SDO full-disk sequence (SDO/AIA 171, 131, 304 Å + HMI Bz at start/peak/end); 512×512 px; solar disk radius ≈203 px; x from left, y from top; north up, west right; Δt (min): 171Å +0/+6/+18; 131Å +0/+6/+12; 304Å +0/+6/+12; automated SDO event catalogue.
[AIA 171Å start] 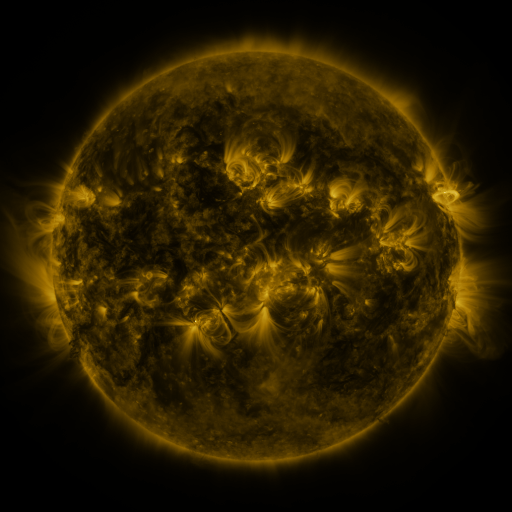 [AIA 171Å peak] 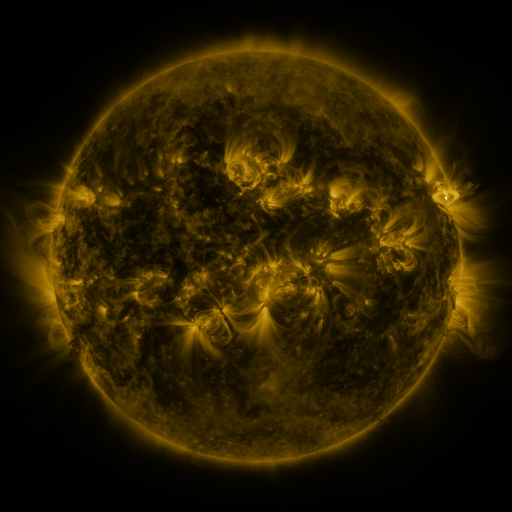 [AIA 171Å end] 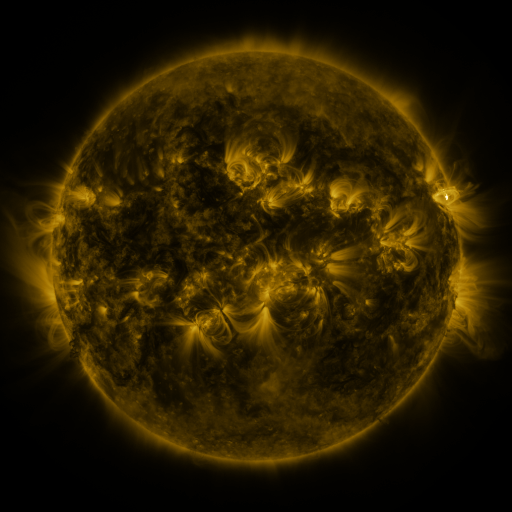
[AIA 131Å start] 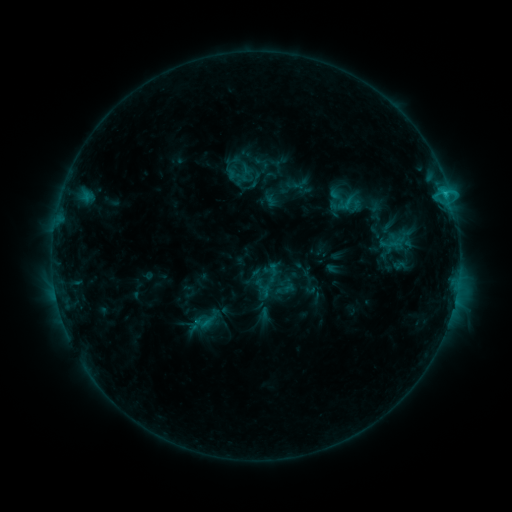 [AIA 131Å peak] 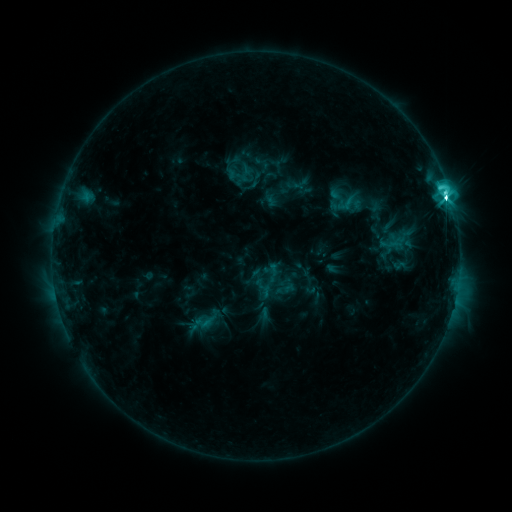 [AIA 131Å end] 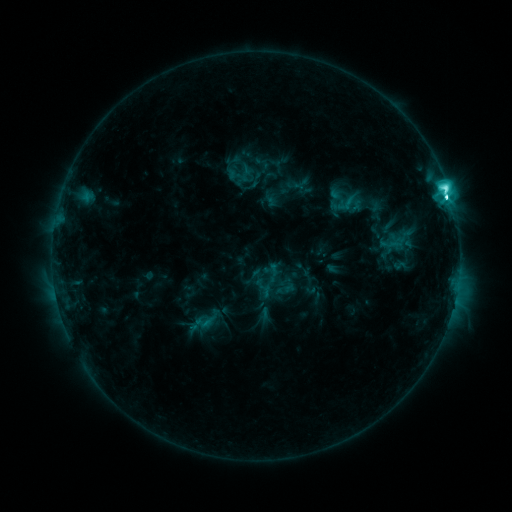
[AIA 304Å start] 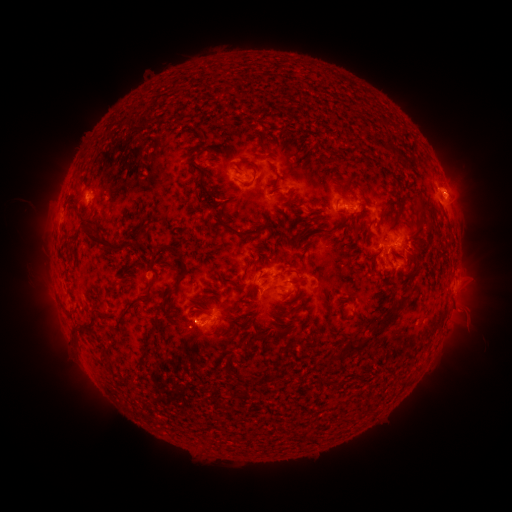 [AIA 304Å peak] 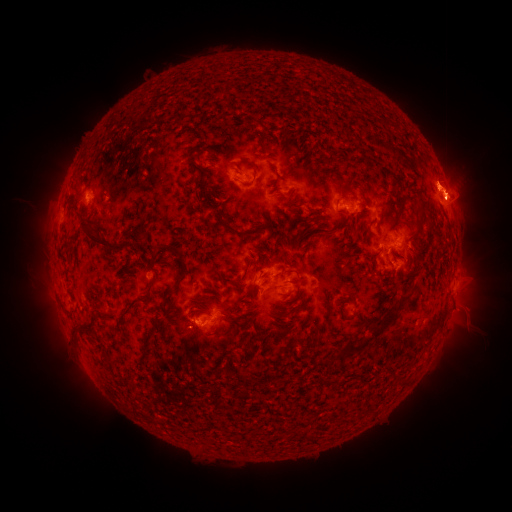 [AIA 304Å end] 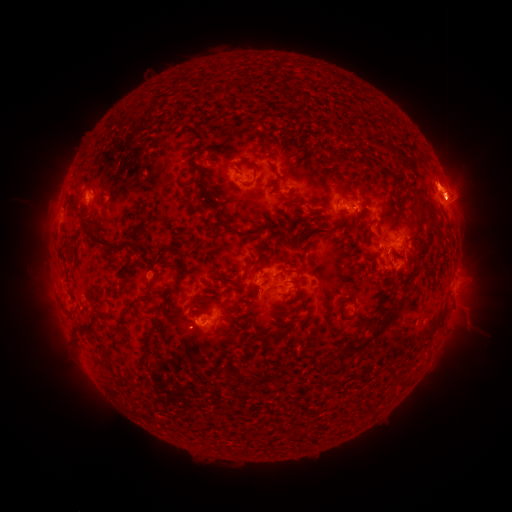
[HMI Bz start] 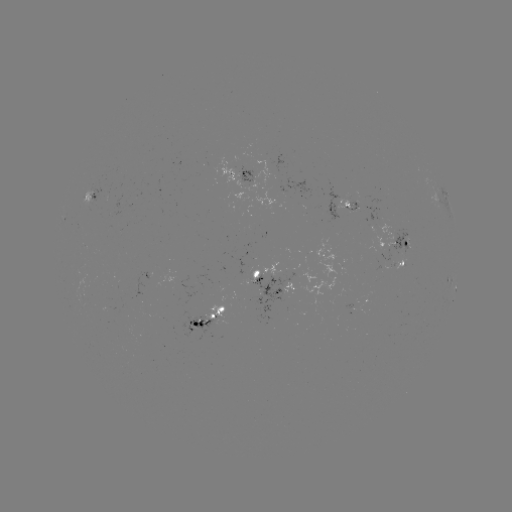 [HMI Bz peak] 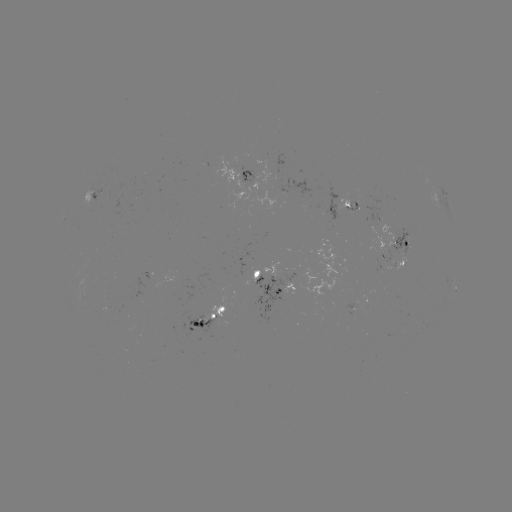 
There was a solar flare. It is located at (445, 200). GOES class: M1.1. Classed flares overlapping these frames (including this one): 1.